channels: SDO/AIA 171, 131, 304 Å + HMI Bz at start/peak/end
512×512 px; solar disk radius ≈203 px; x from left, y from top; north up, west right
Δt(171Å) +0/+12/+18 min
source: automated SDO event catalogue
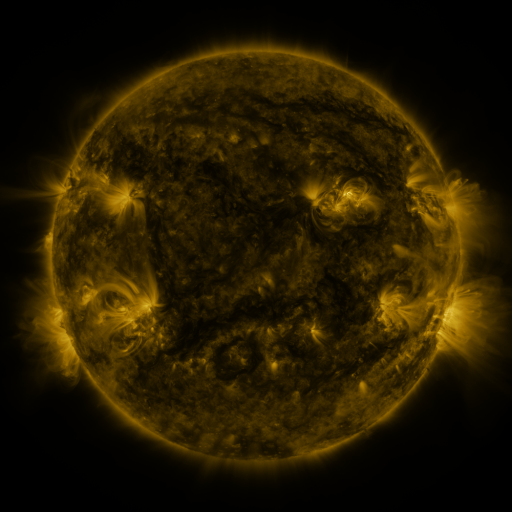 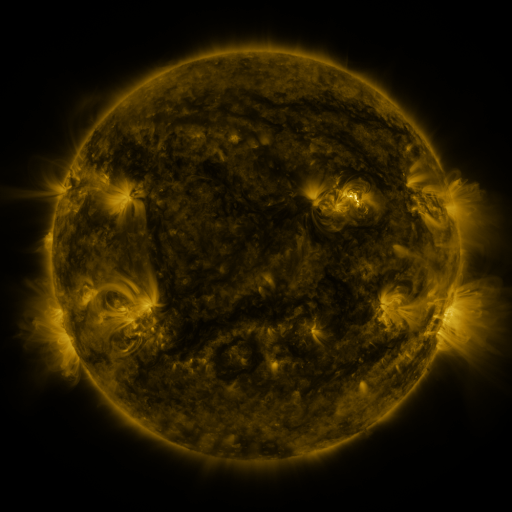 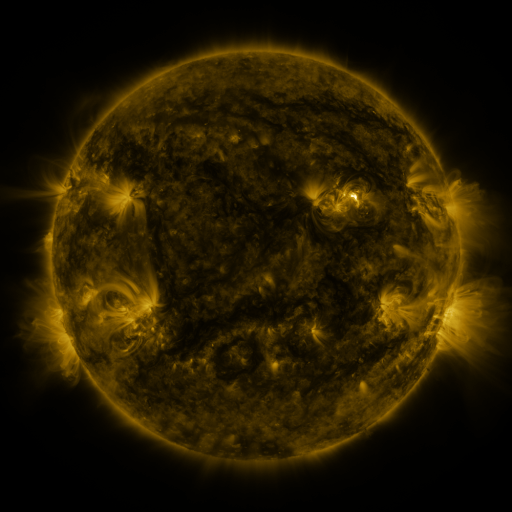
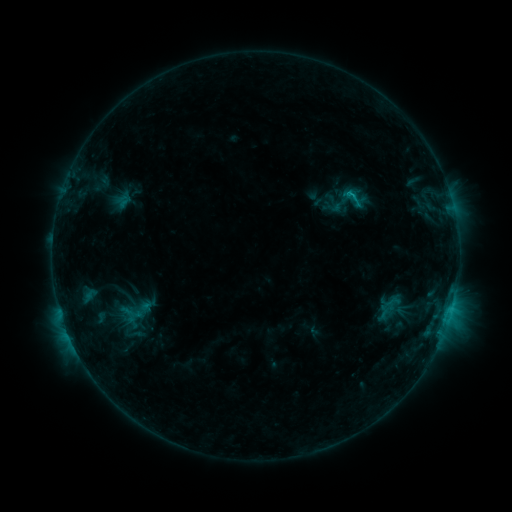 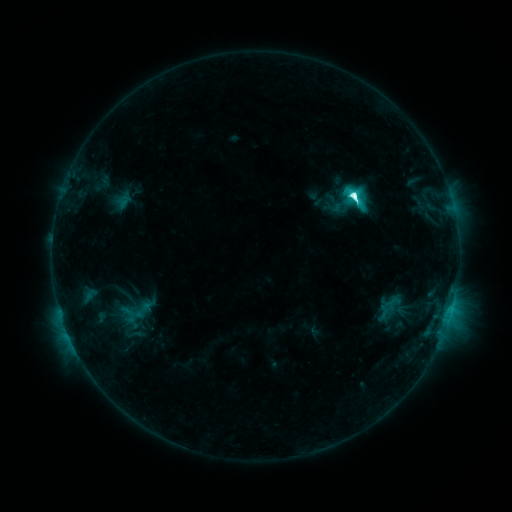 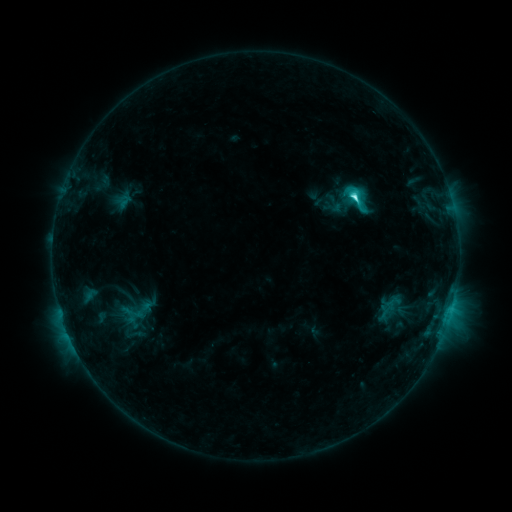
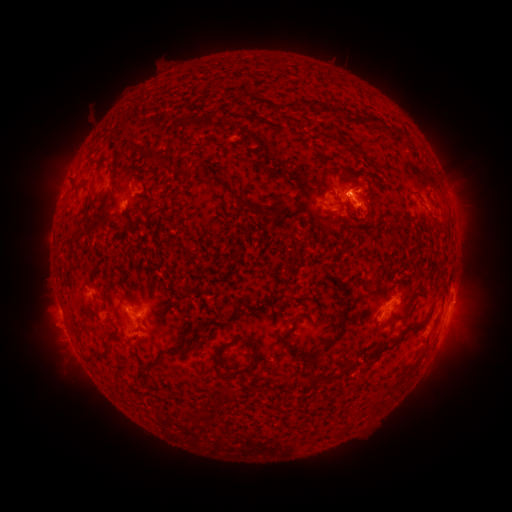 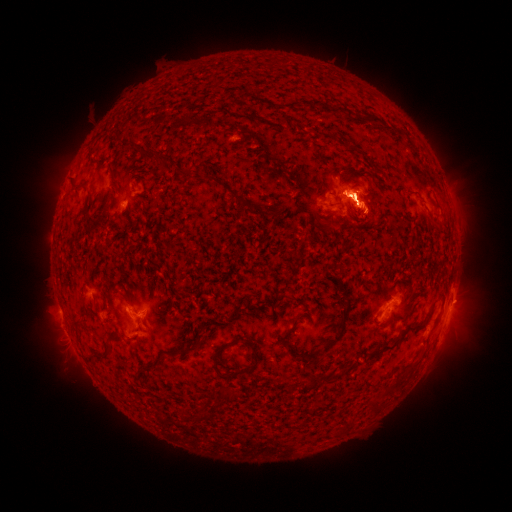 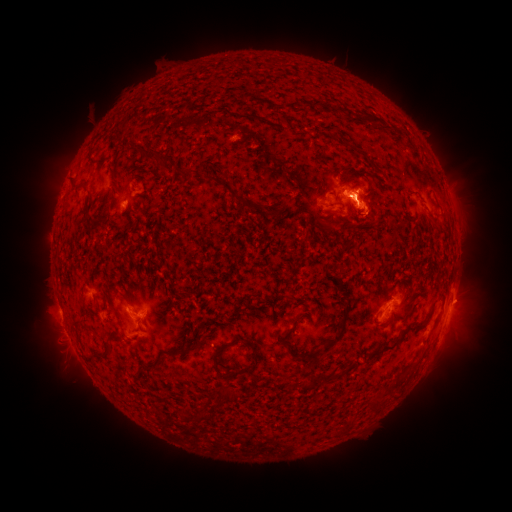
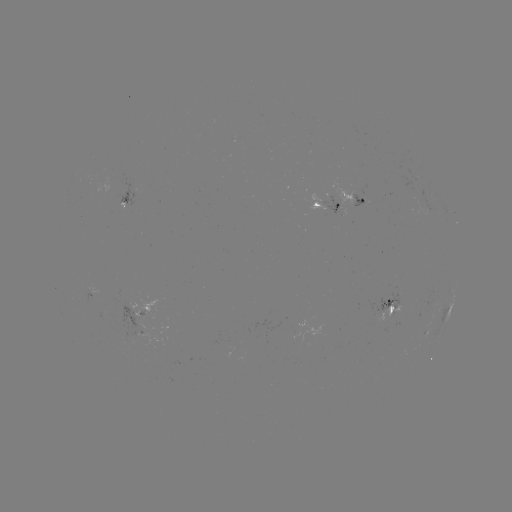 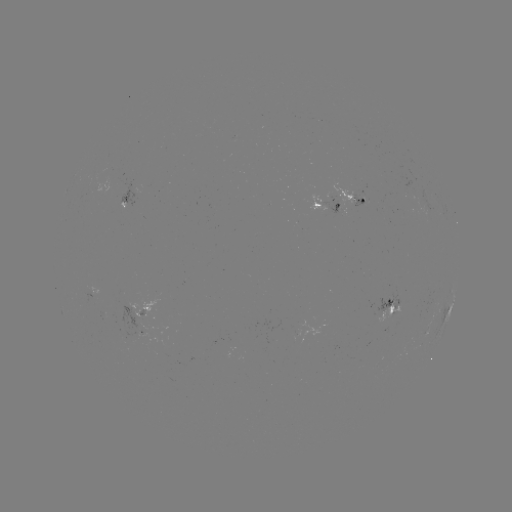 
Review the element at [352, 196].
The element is M1.0 flare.